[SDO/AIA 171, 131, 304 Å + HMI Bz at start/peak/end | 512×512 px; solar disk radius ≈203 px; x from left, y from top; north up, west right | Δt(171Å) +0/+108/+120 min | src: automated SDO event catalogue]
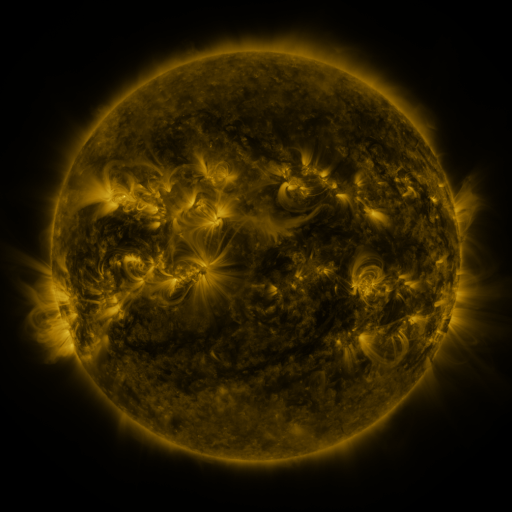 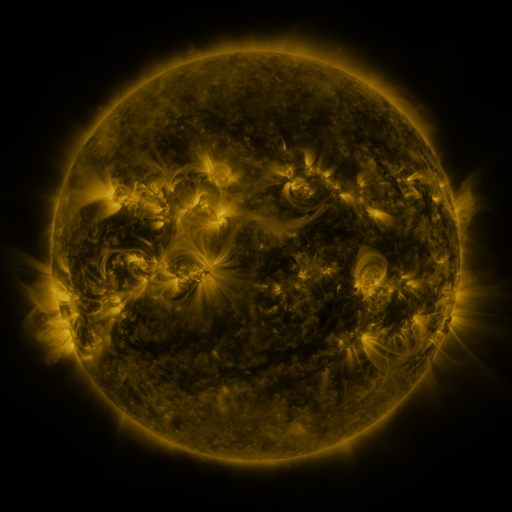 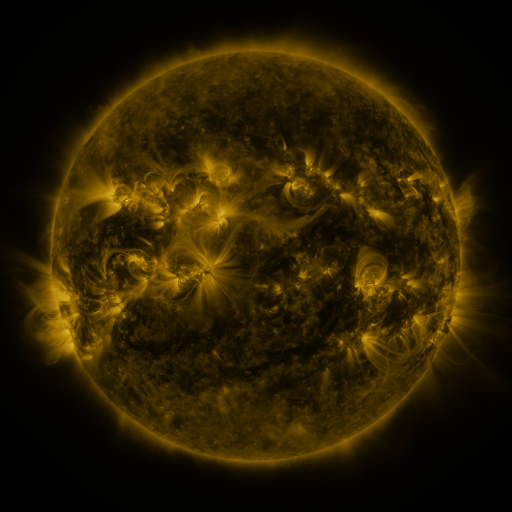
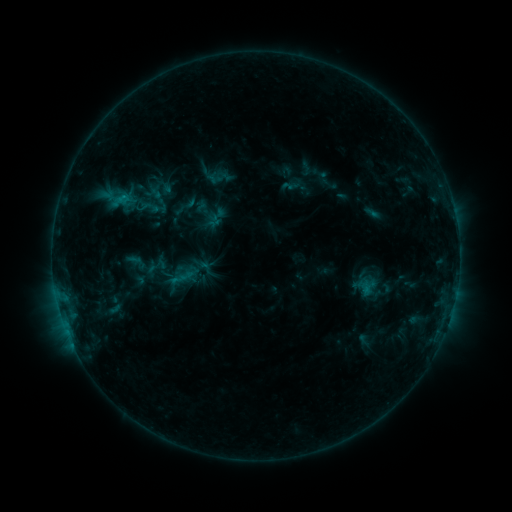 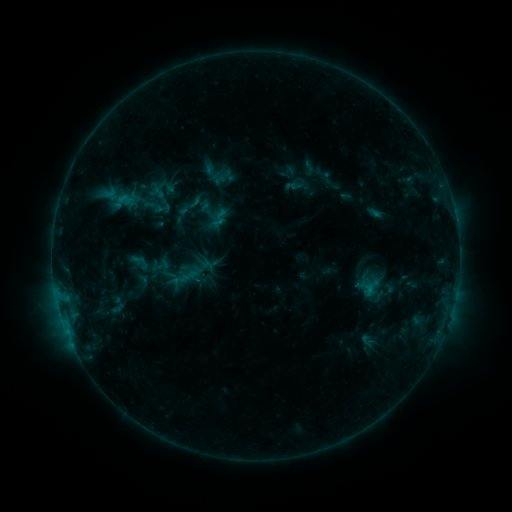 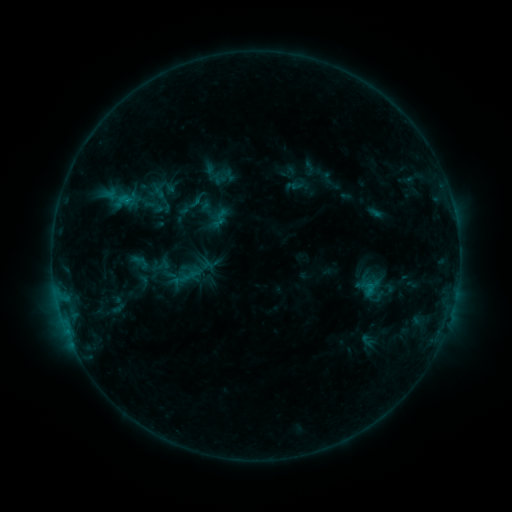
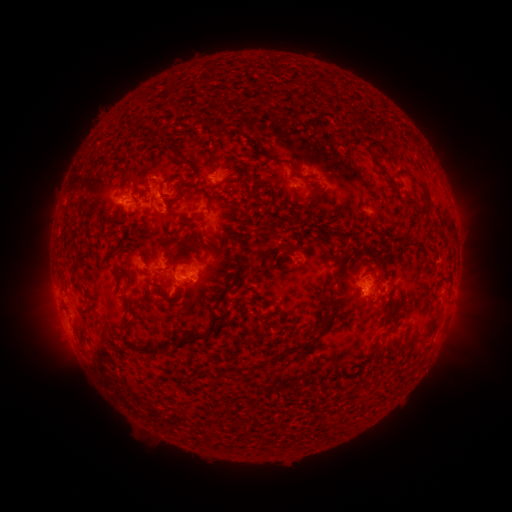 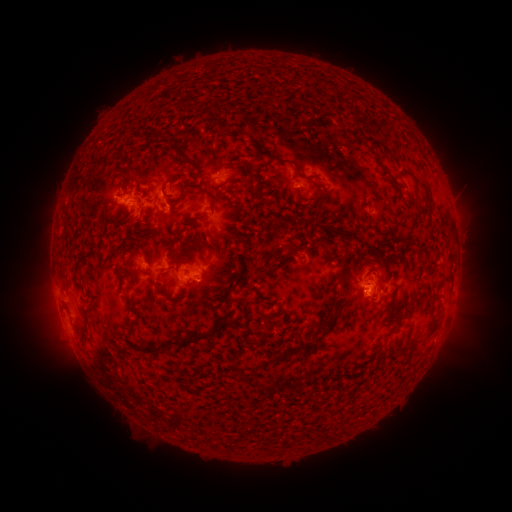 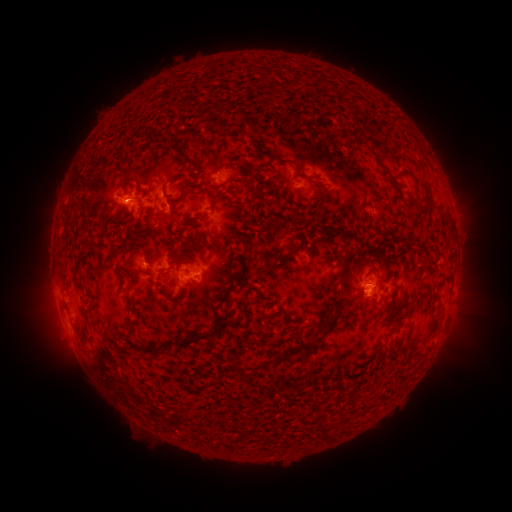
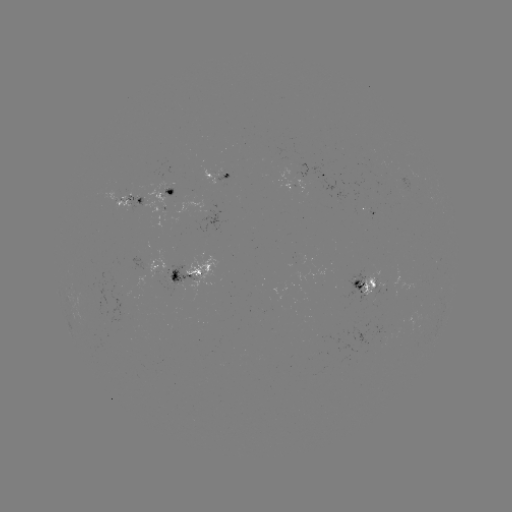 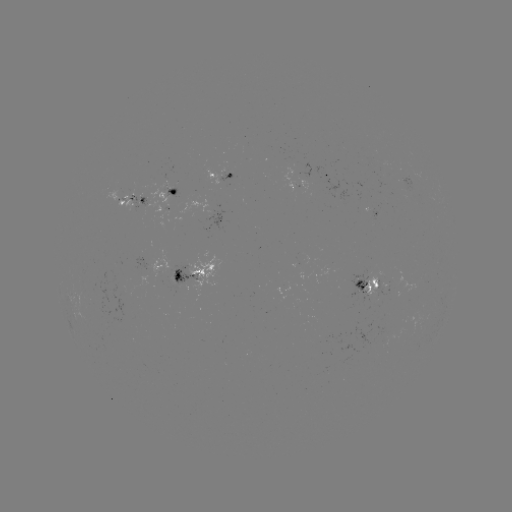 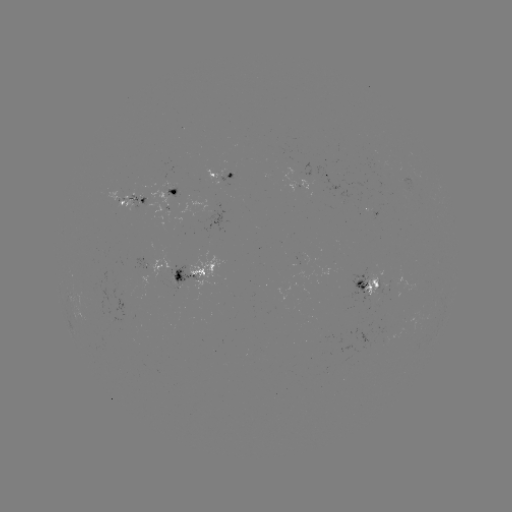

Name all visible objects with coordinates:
emerging-flux region: (120, 194)
